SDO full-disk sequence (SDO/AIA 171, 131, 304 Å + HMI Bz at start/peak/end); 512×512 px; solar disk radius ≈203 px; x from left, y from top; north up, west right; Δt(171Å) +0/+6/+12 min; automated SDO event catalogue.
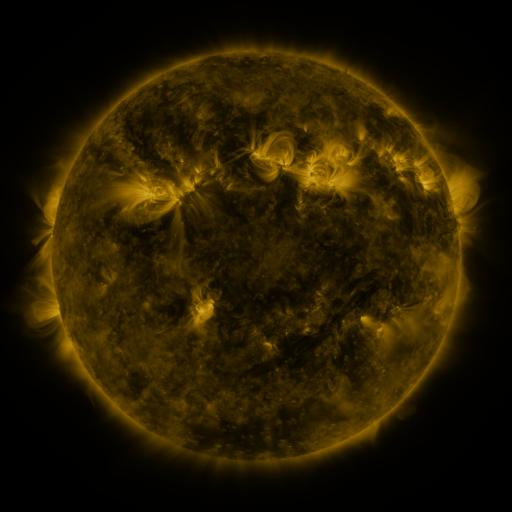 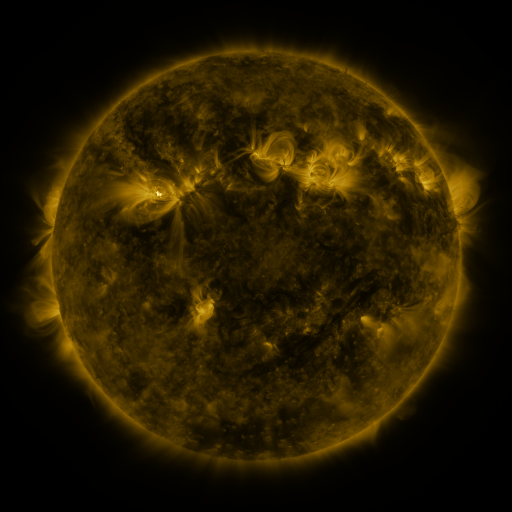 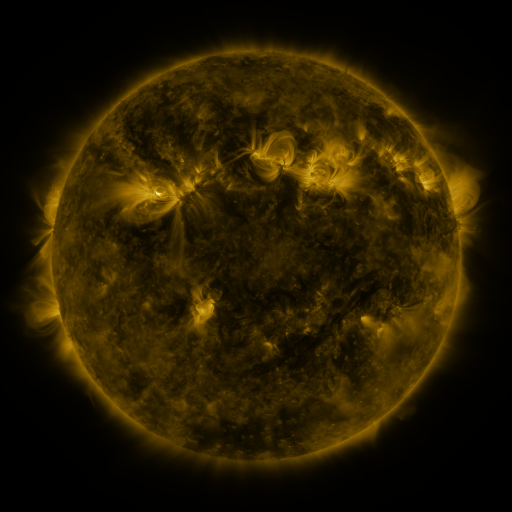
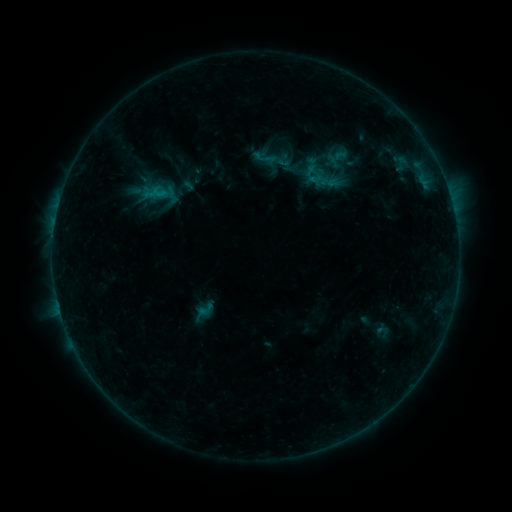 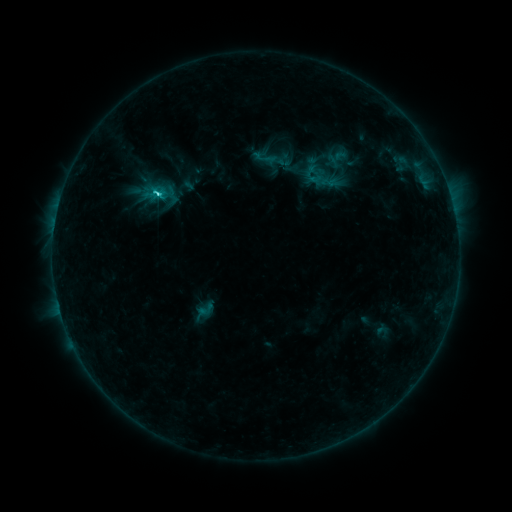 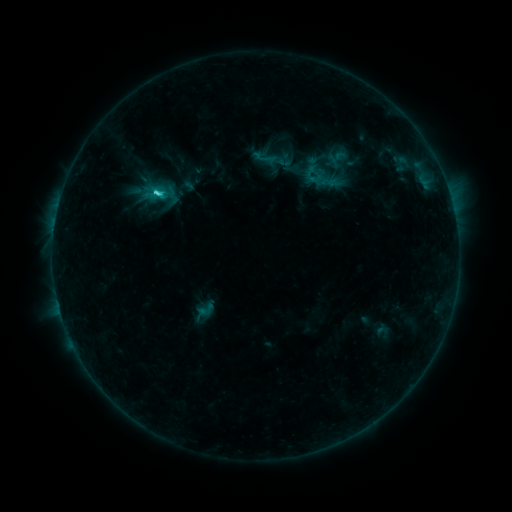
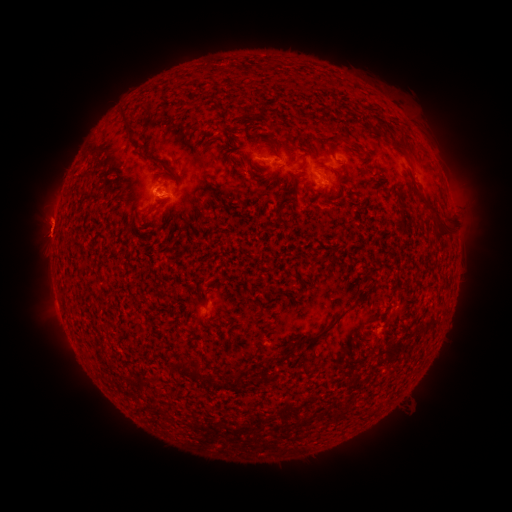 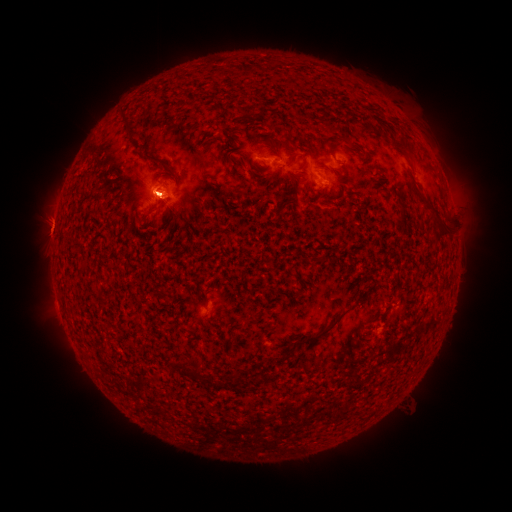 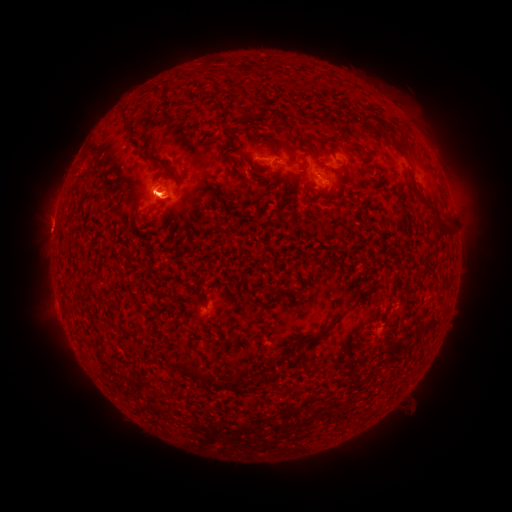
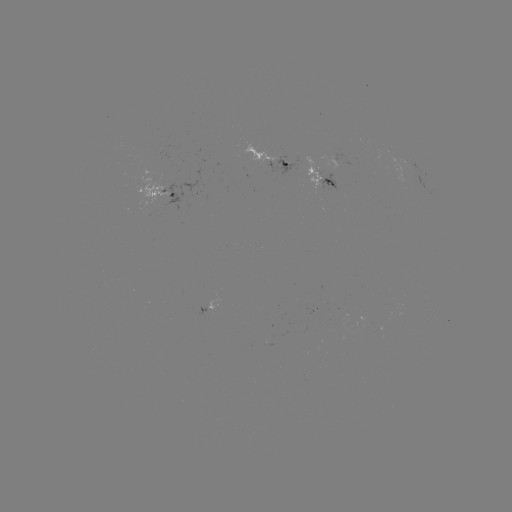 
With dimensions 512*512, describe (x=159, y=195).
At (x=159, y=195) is C1.8 flare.